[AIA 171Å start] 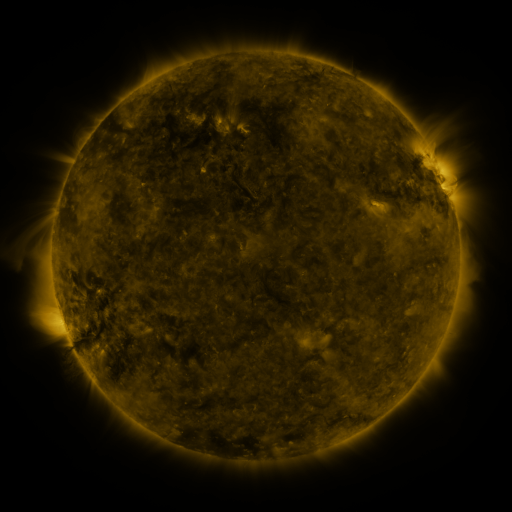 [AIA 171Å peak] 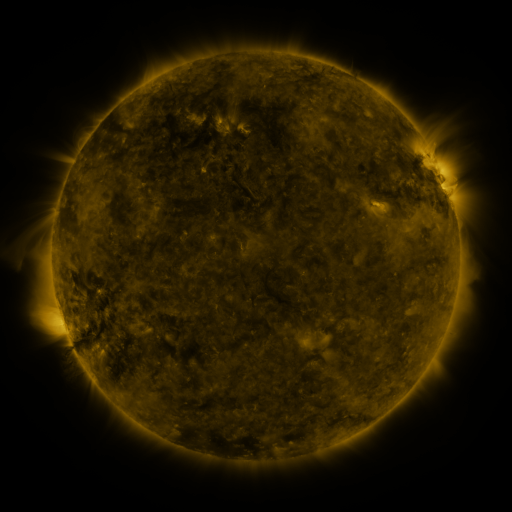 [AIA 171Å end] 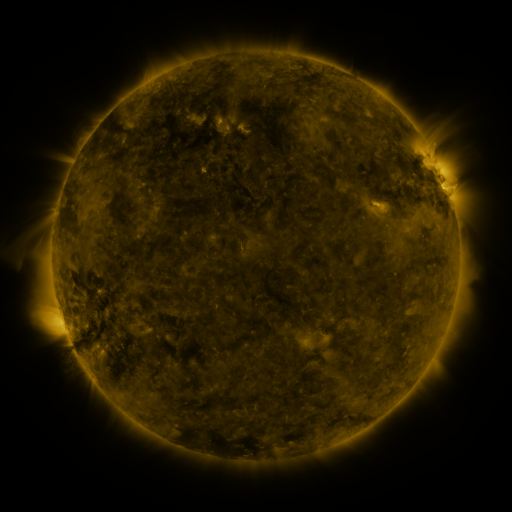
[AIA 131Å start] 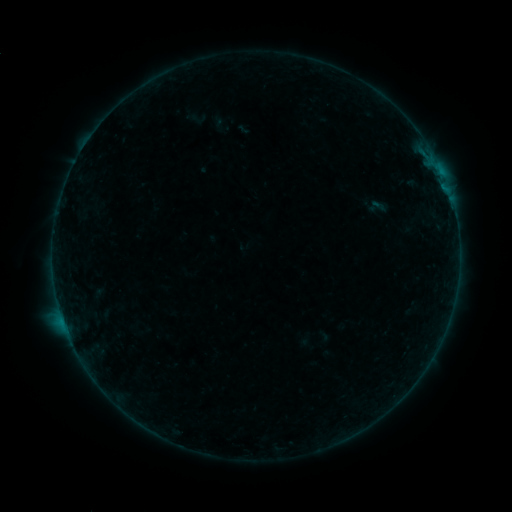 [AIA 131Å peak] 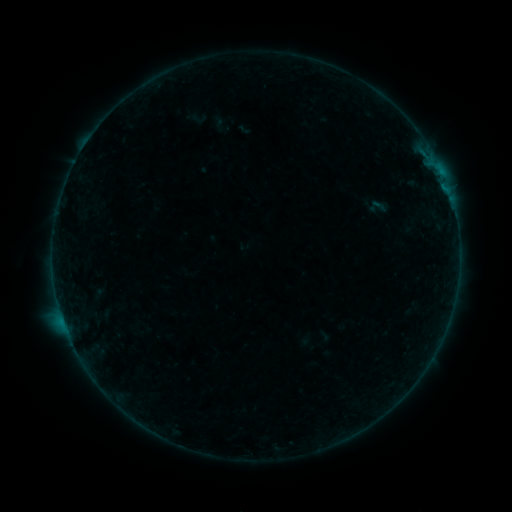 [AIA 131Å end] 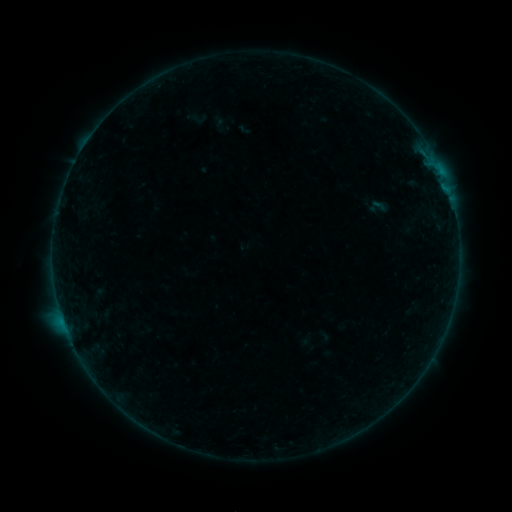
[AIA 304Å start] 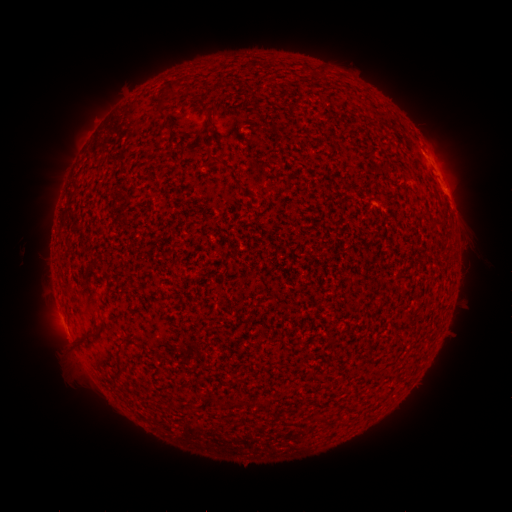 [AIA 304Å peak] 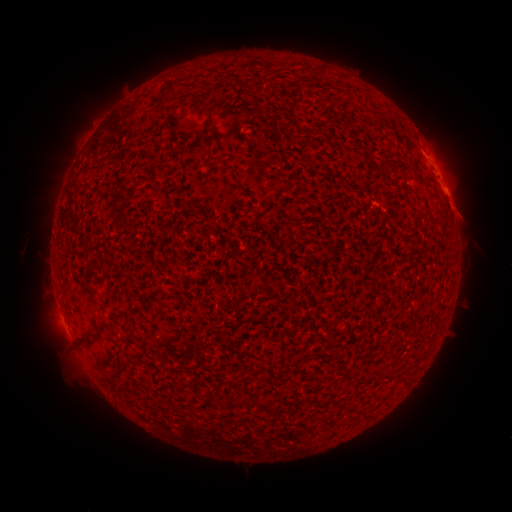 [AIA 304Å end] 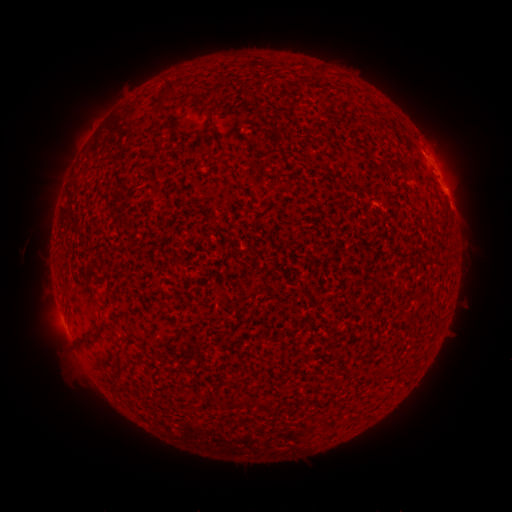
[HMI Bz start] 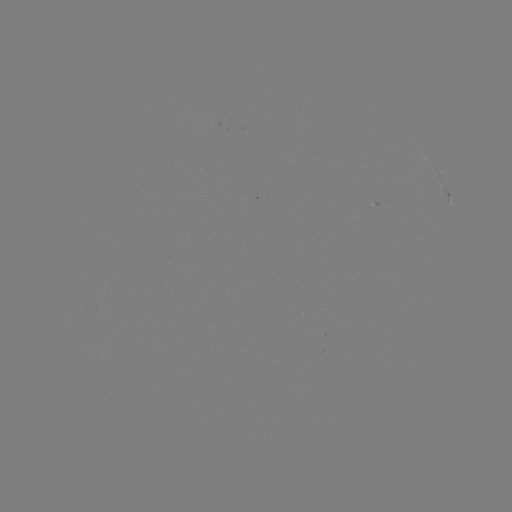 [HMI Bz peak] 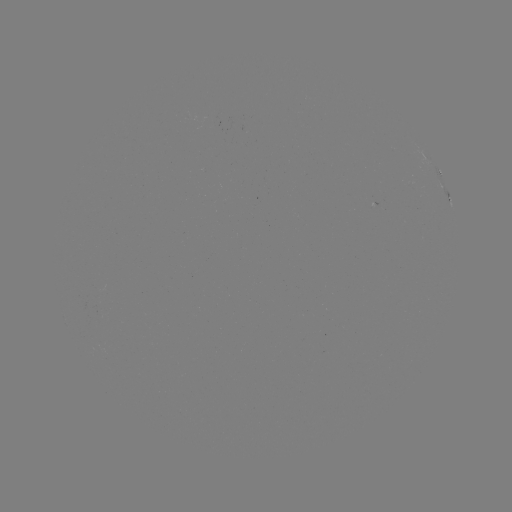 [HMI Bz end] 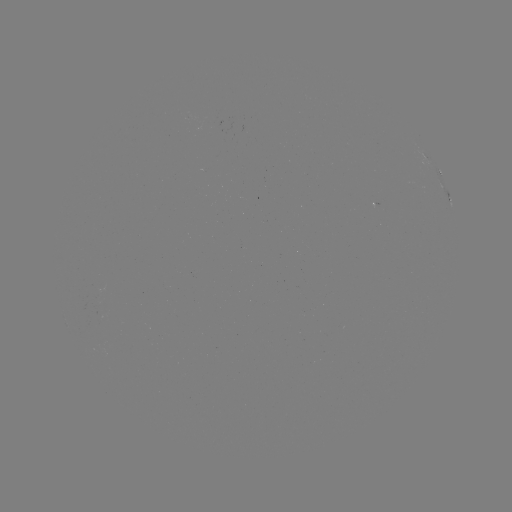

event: flare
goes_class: B1.6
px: (452, 205)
